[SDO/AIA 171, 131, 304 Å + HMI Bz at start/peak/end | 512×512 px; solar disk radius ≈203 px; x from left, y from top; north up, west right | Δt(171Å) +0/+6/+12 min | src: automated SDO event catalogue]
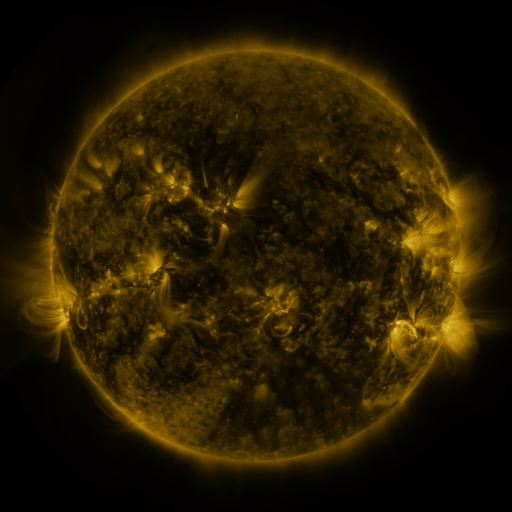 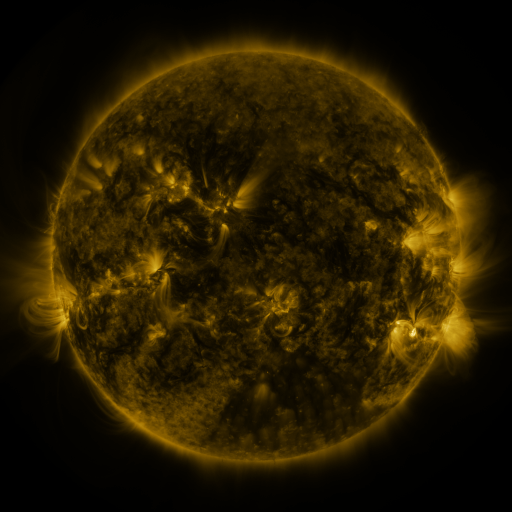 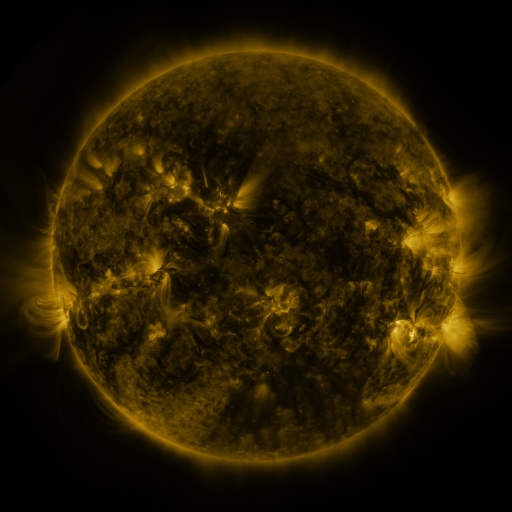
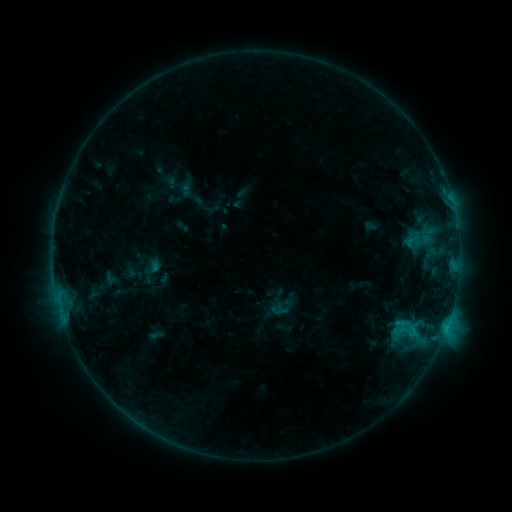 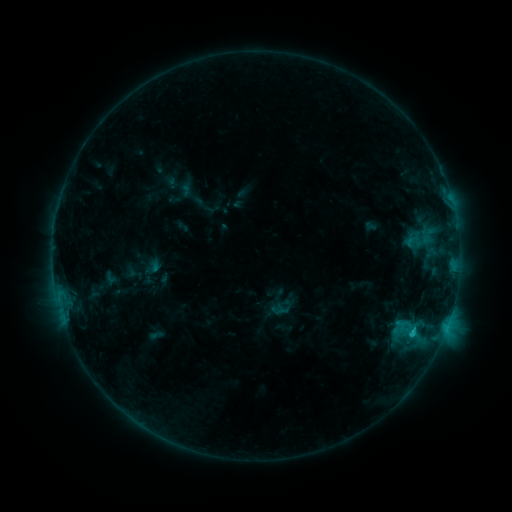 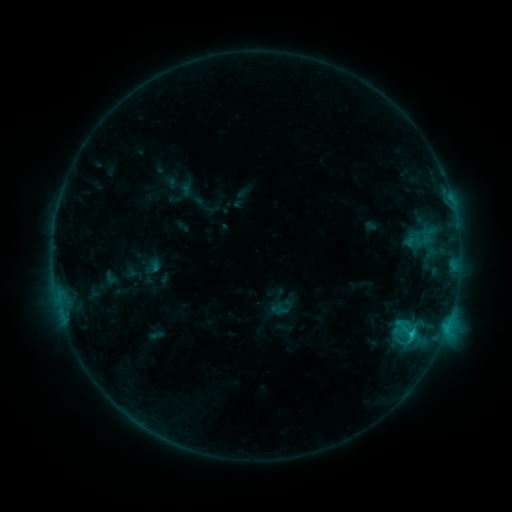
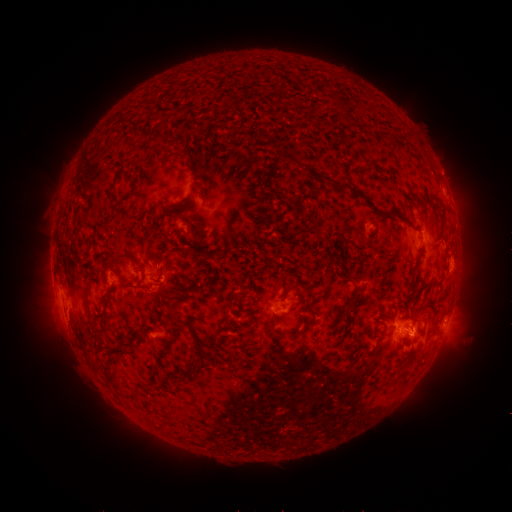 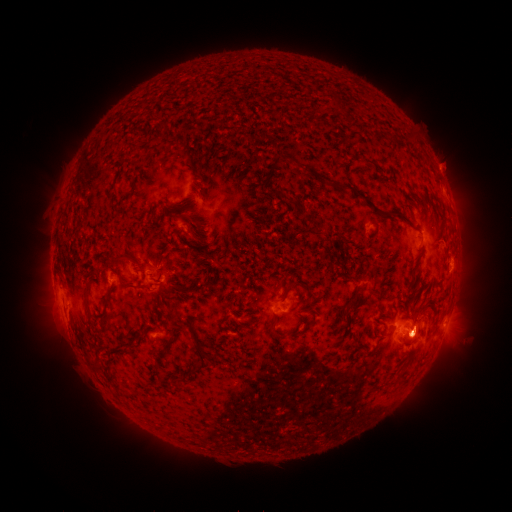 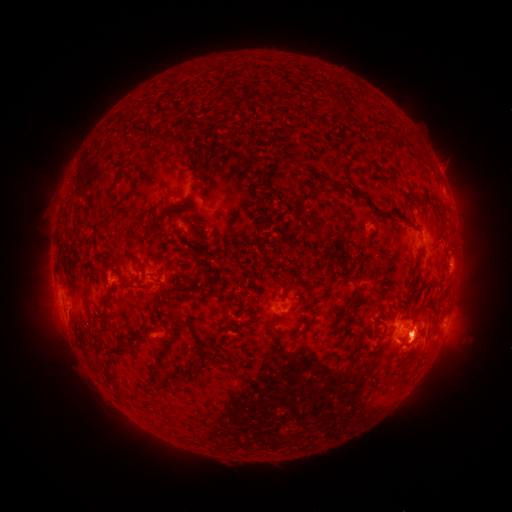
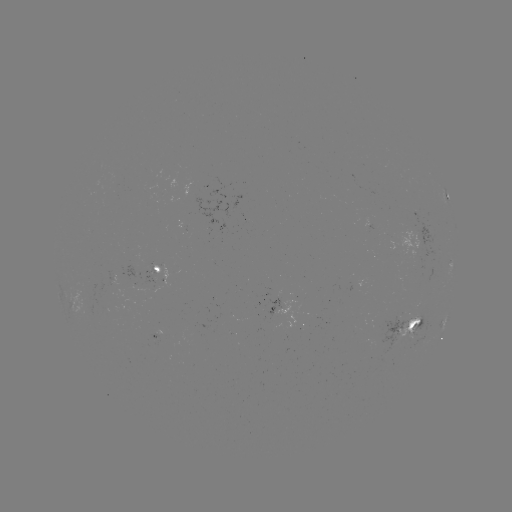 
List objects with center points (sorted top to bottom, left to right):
C1.5 flare: (410, 332)
